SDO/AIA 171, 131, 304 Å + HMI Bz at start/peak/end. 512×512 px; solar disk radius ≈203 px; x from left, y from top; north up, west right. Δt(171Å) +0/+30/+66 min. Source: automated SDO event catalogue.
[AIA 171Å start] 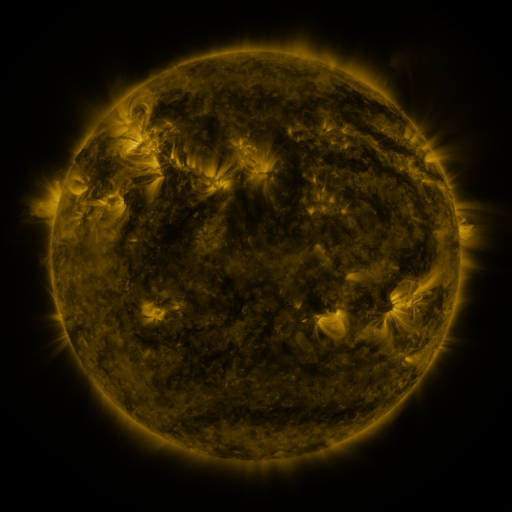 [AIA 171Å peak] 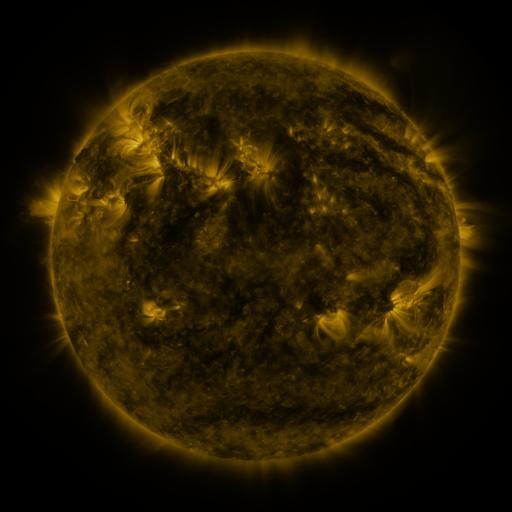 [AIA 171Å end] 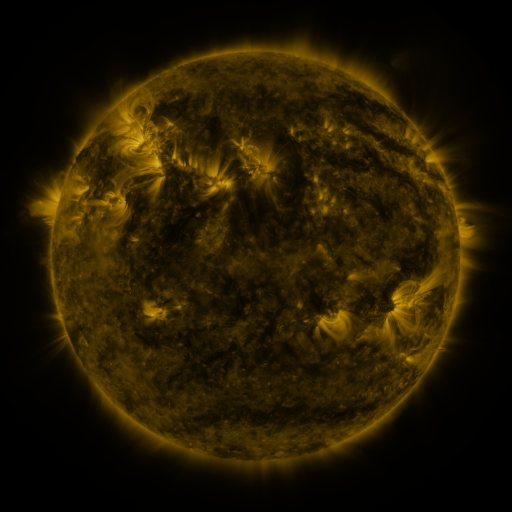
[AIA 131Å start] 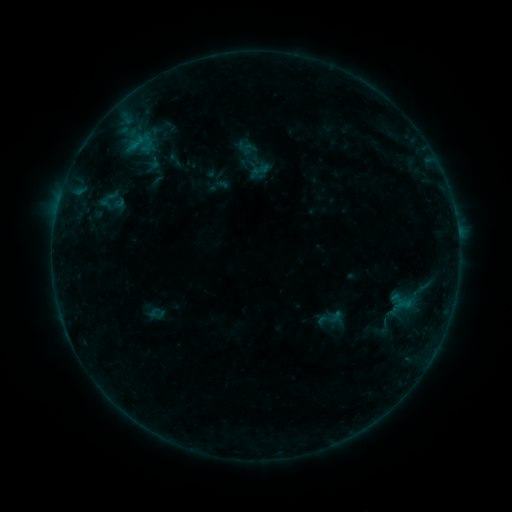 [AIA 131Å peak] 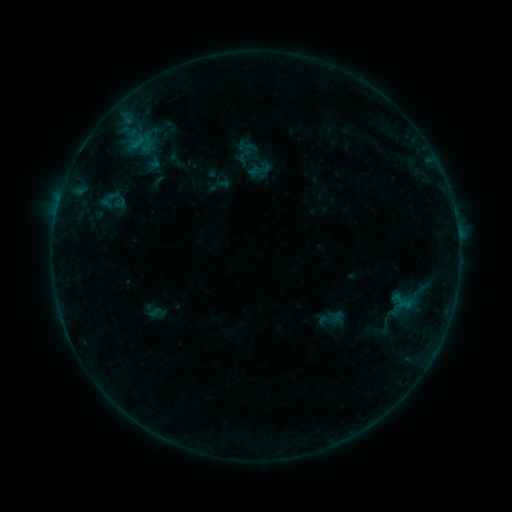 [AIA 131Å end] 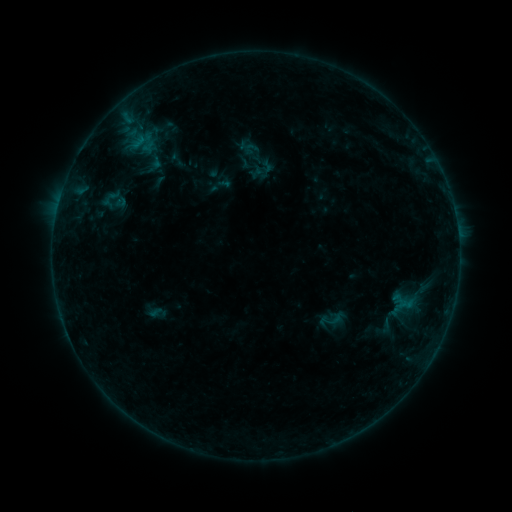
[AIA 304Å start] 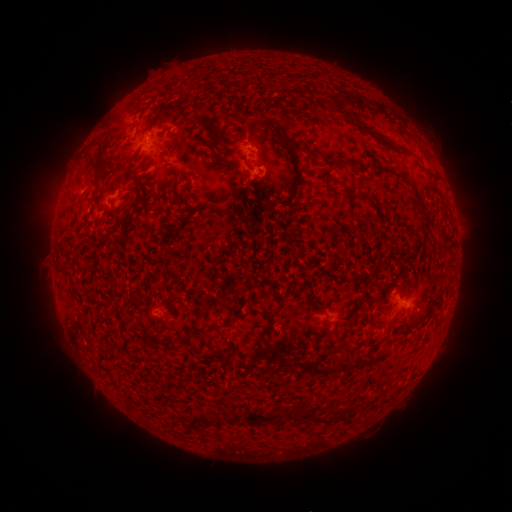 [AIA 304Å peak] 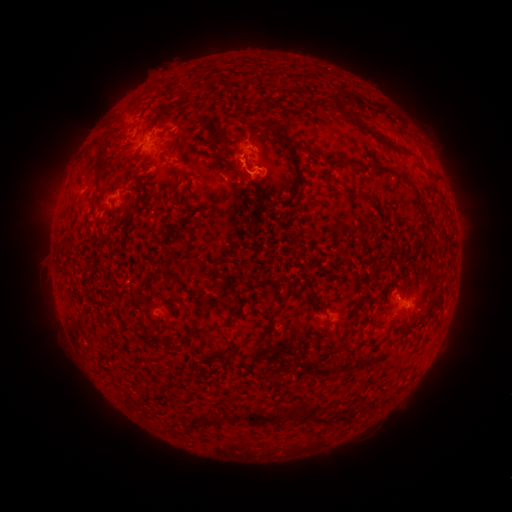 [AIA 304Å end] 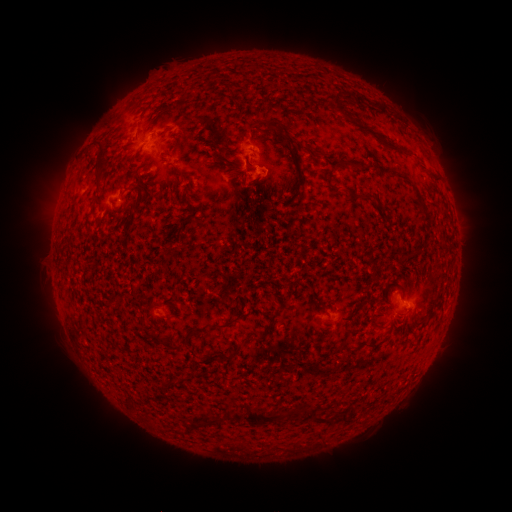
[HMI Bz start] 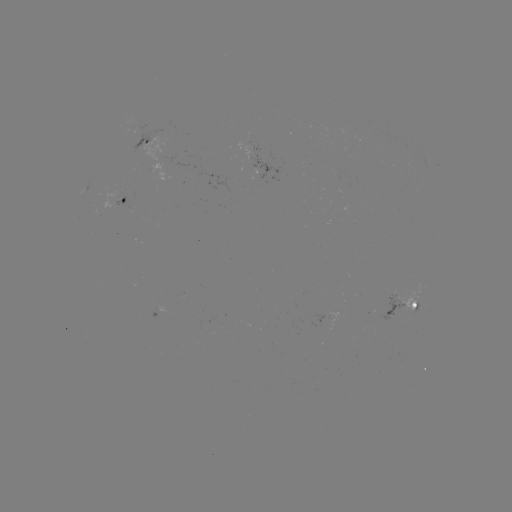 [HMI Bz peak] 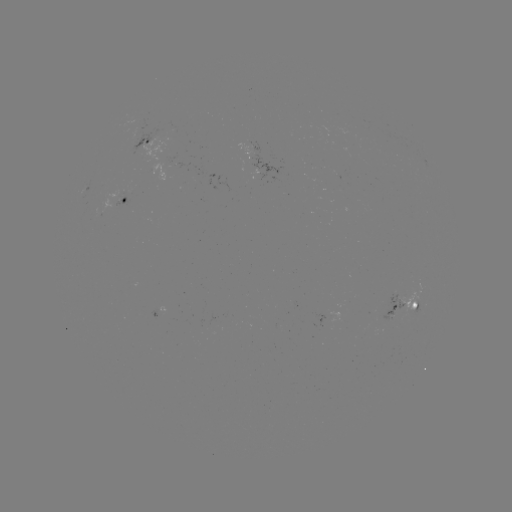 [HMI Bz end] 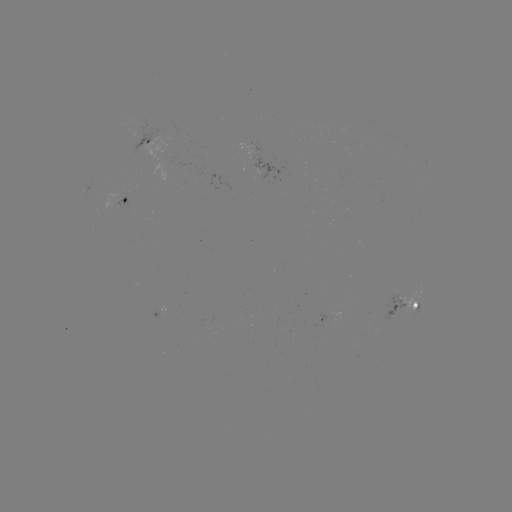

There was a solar flare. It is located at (252, 173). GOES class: B2.4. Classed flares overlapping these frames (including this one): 1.